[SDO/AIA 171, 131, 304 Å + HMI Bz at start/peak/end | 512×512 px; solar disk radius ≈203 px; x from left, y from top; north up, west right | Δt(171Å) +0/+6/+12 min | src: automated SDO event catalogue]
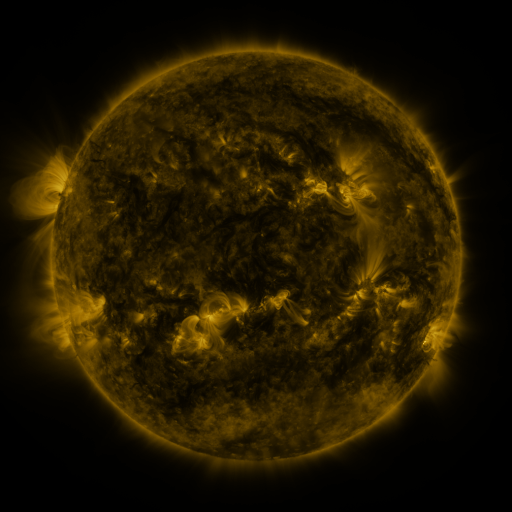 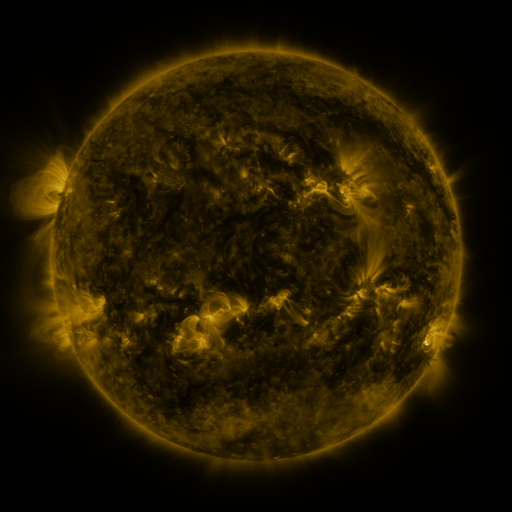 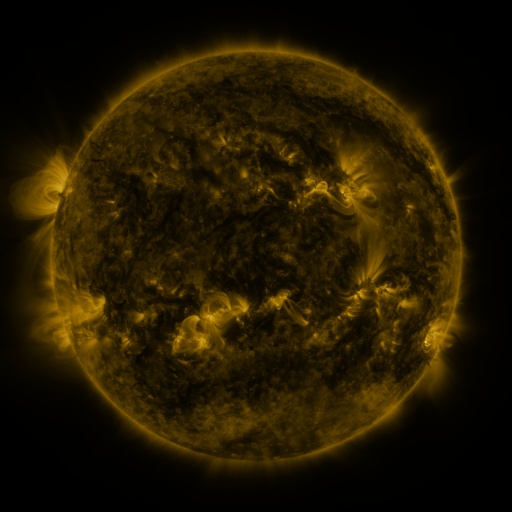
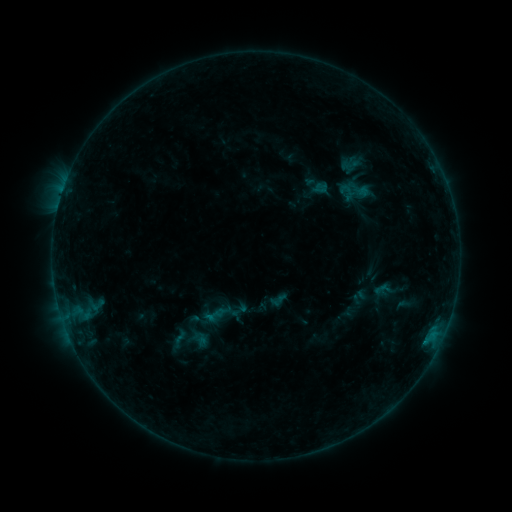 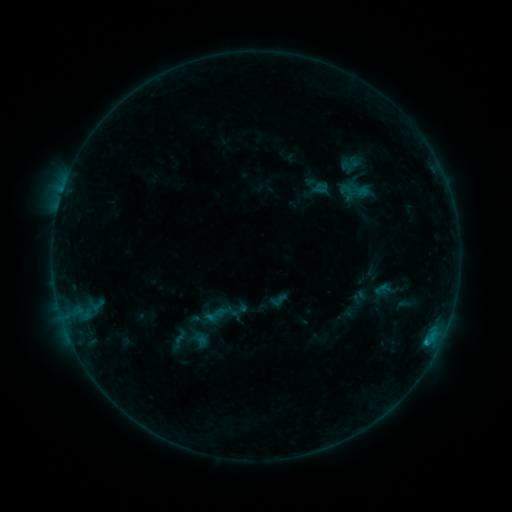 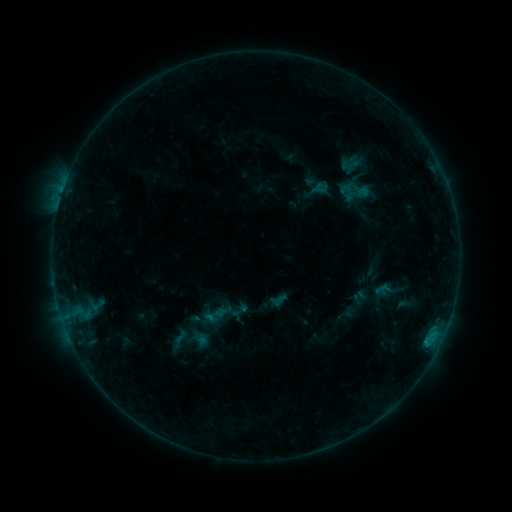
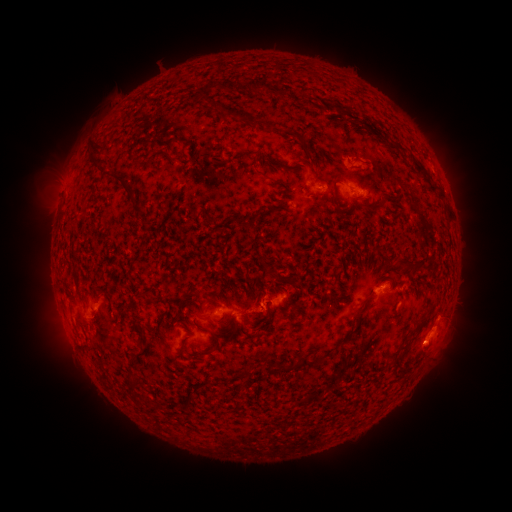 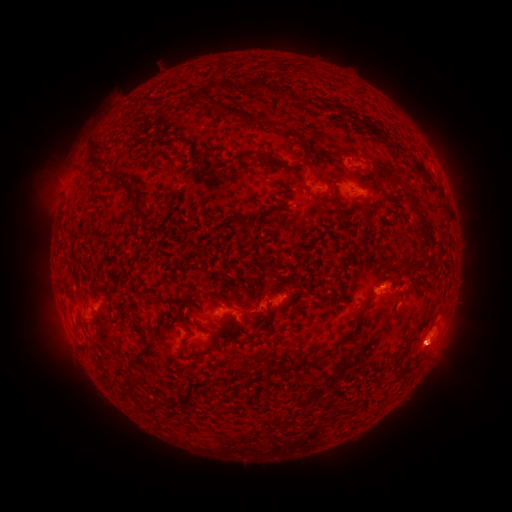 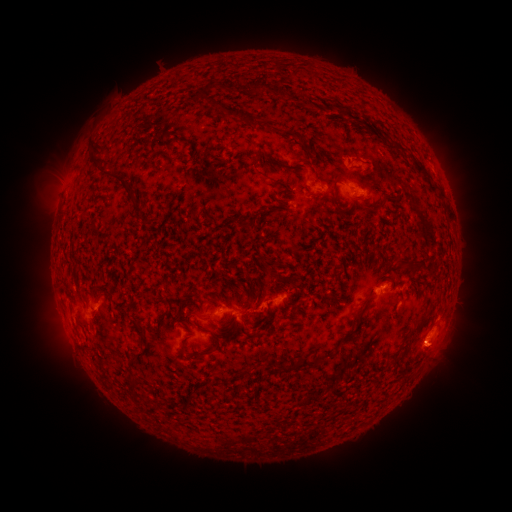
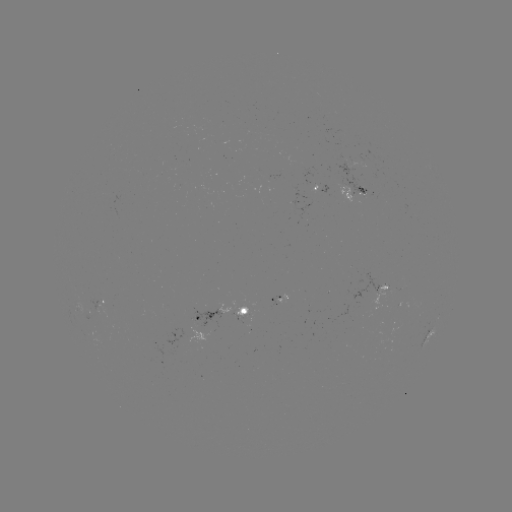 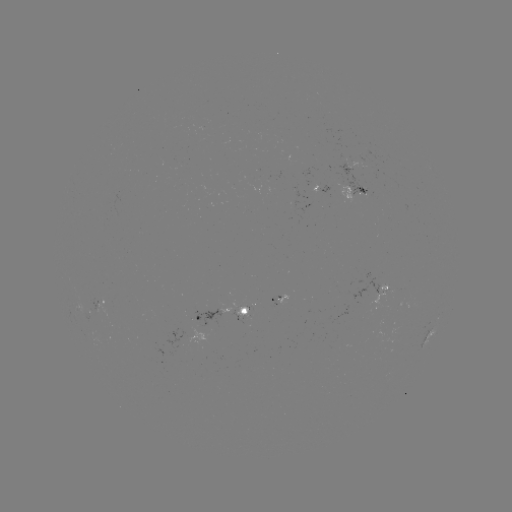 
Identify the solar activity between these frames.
eruption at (435, 356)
